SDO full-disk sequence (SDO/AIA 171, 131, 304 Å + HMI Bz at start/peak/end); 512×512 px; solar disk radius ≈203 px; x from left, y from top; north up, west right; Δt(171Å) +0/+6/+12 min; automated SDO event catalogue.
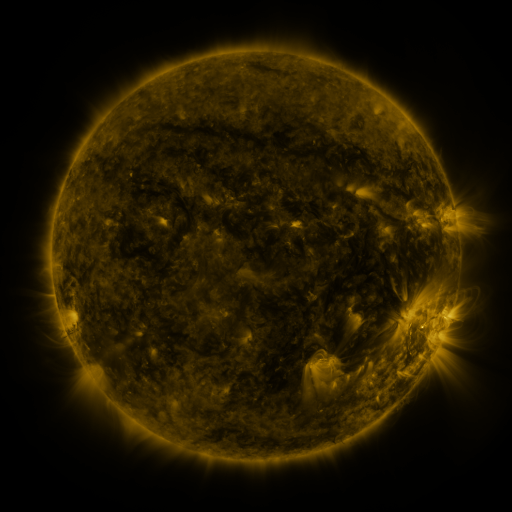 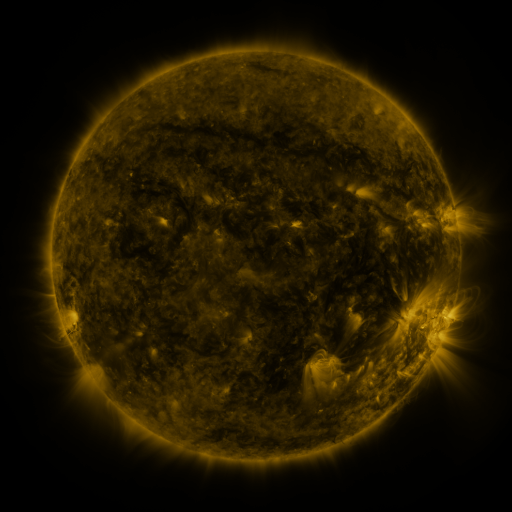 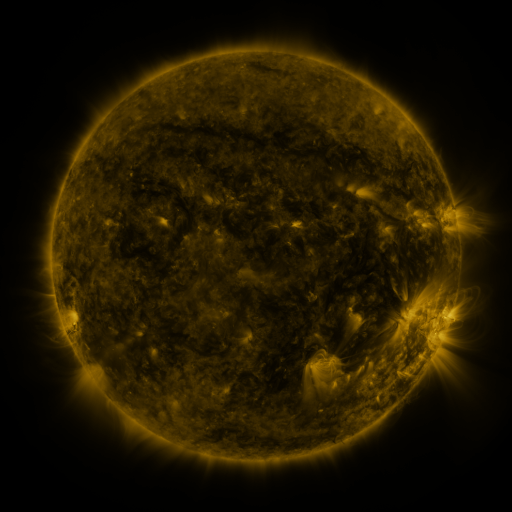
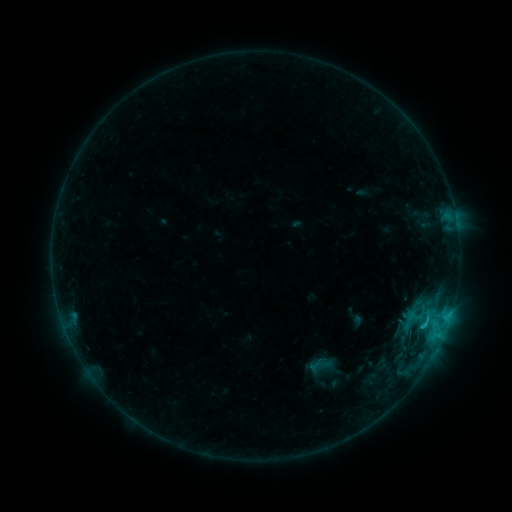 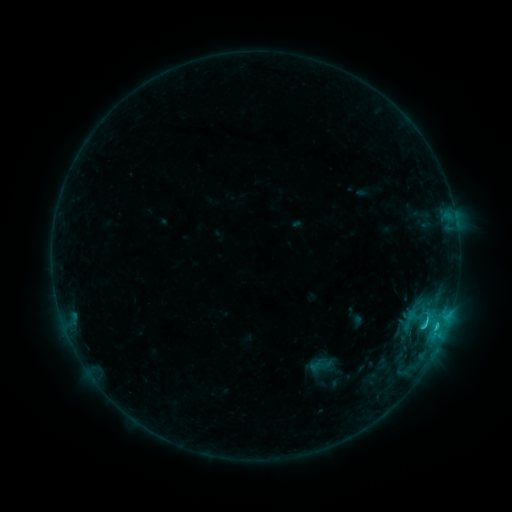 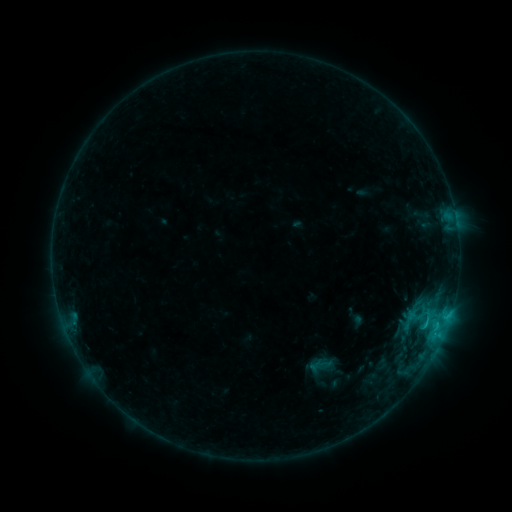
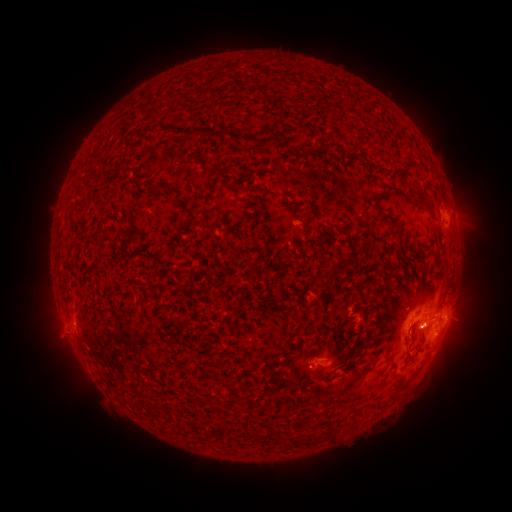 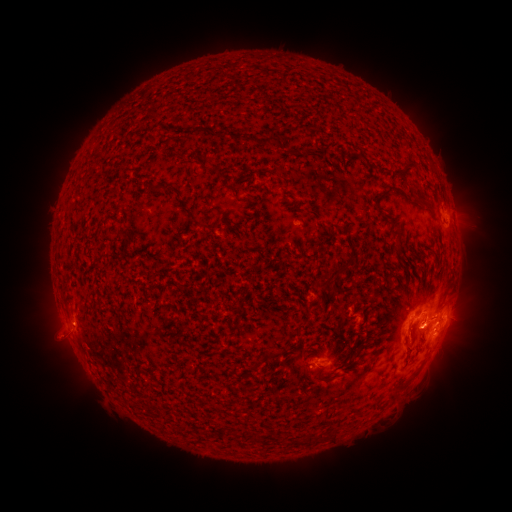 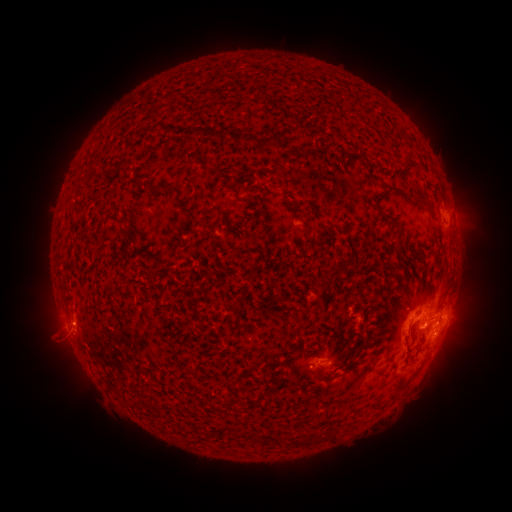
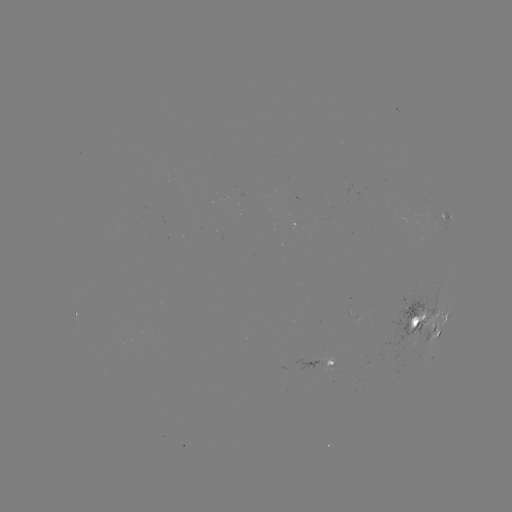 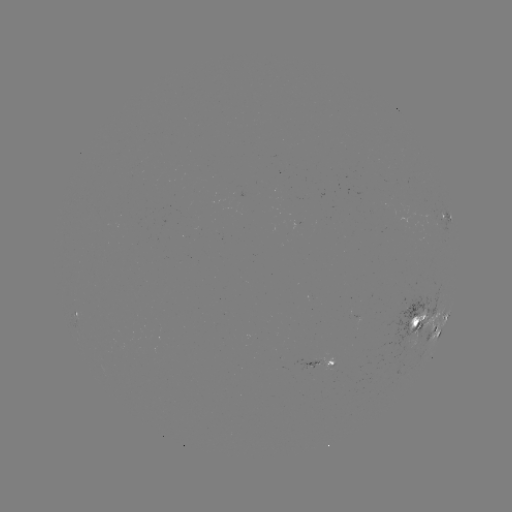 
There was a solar flare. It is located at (423, 326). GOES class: C1.8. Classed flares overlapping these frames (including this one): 1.